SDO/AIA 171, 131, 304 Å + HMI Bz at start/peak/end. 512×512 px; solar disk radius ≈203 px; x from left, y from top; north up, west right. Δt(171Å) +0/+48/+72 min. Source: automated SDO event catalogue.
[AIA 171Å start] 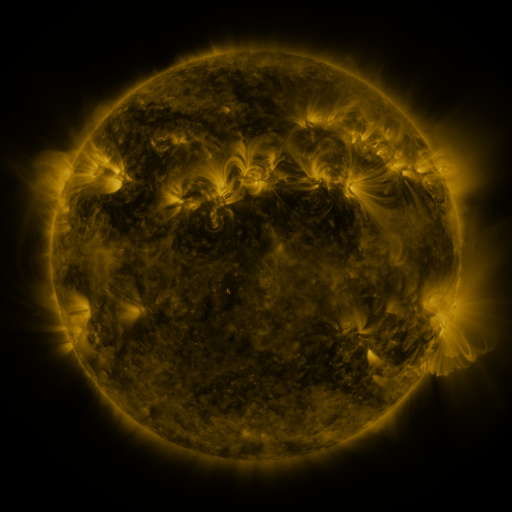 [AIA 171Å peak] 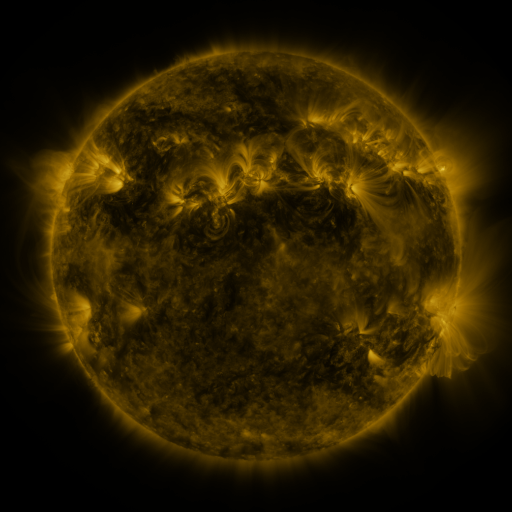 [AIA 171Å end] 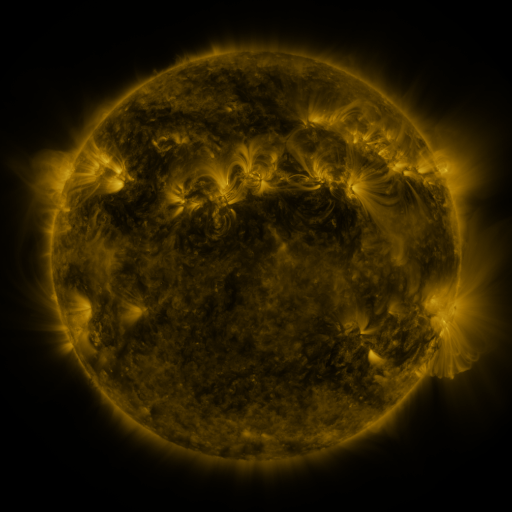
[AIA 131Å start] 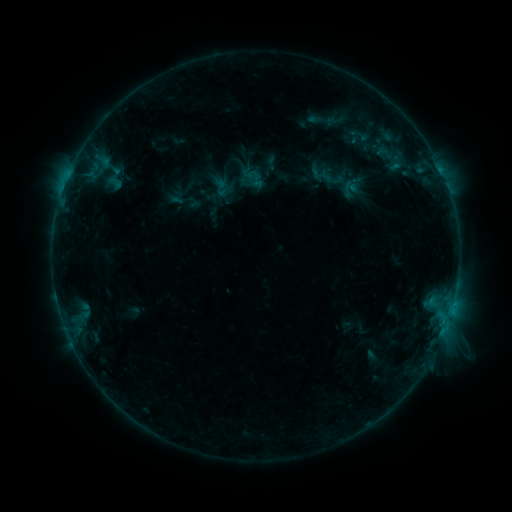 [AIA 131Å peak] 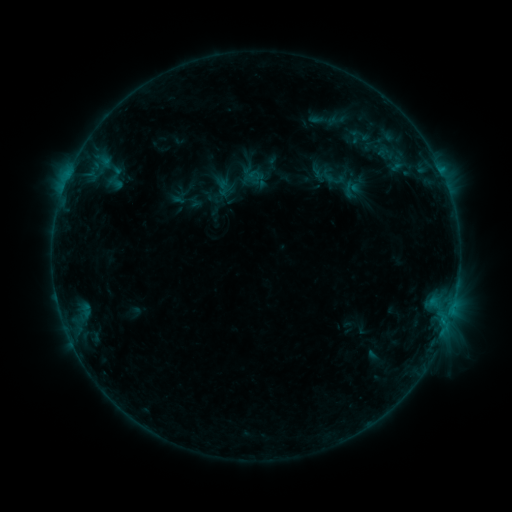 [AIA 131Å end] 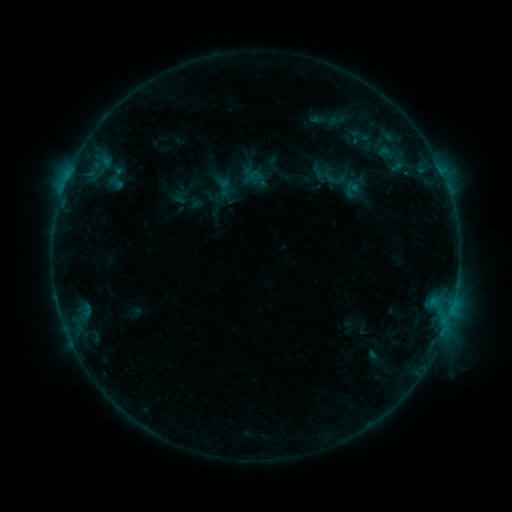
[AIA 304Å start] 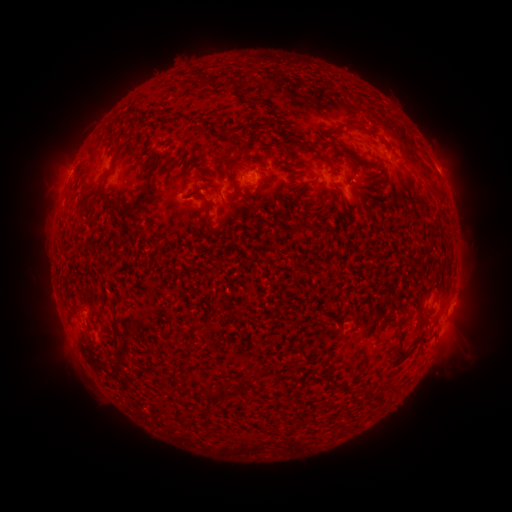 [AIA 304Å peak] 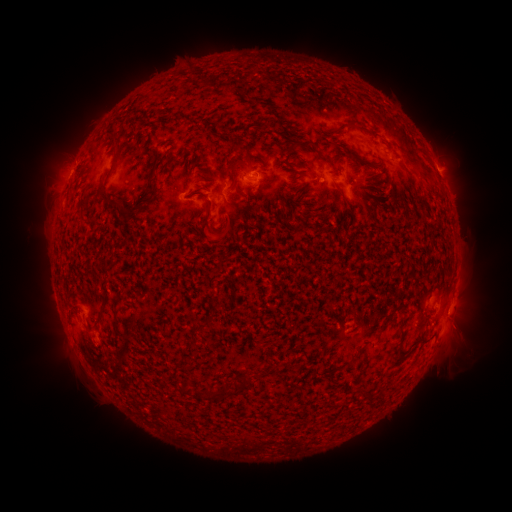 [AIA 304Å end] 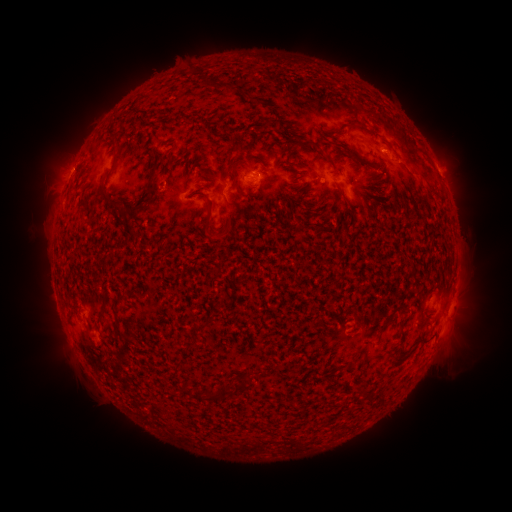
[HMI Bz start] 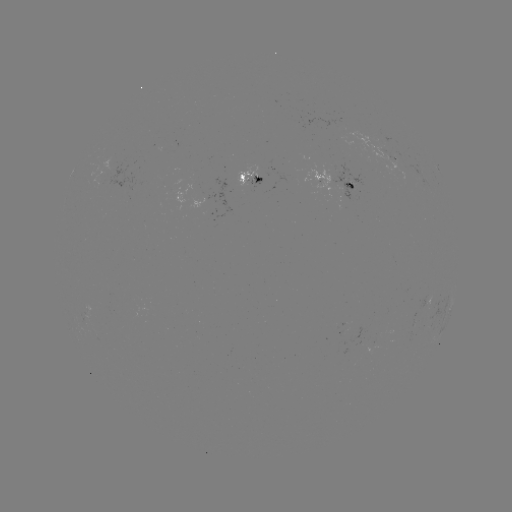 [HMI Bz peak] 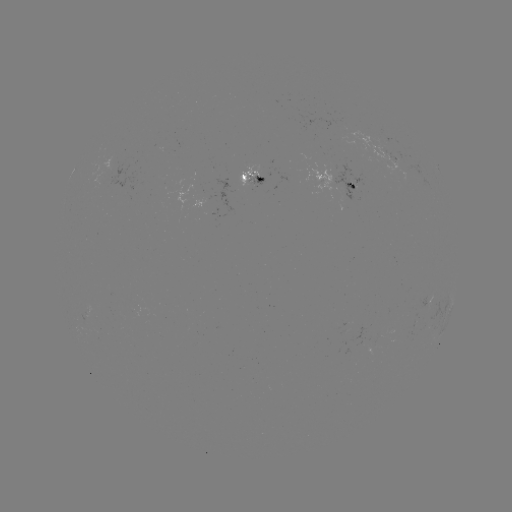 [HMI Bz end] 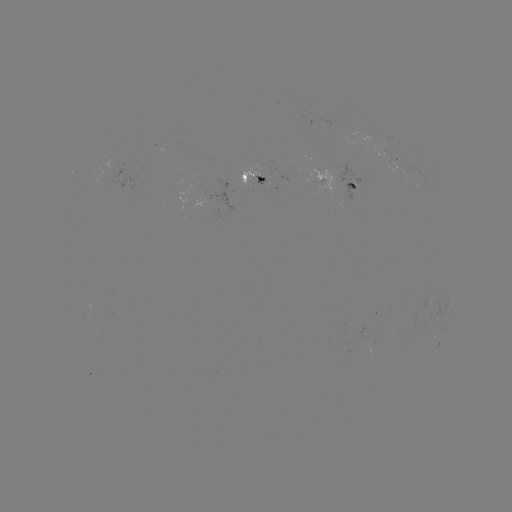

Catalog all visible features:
emerging-flux region: (248, 178)
